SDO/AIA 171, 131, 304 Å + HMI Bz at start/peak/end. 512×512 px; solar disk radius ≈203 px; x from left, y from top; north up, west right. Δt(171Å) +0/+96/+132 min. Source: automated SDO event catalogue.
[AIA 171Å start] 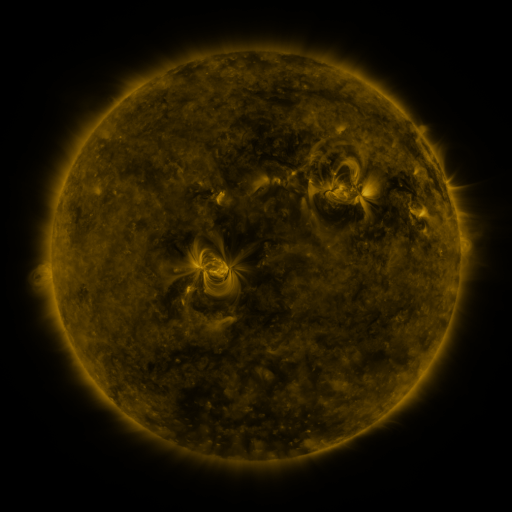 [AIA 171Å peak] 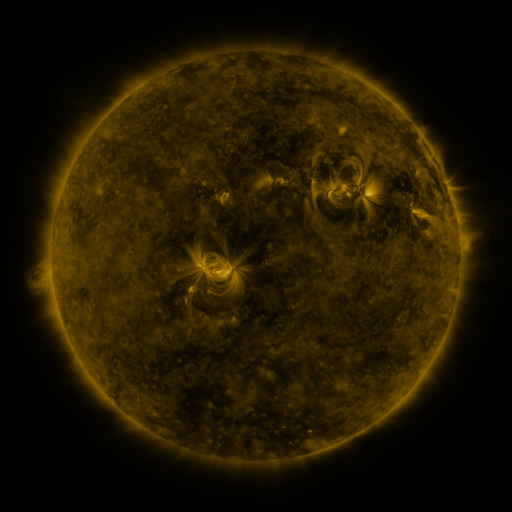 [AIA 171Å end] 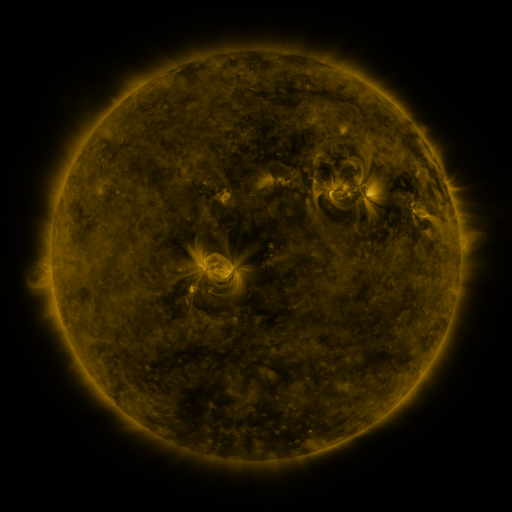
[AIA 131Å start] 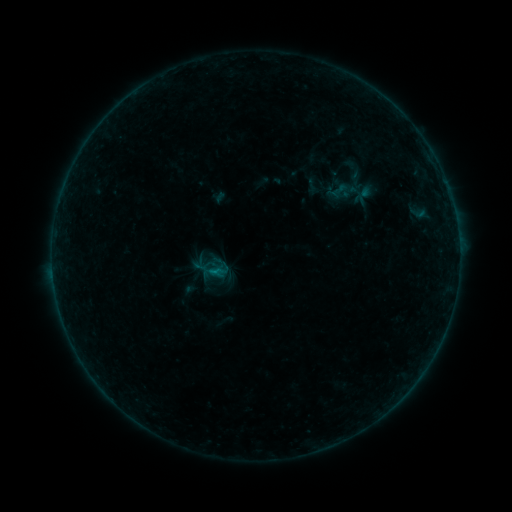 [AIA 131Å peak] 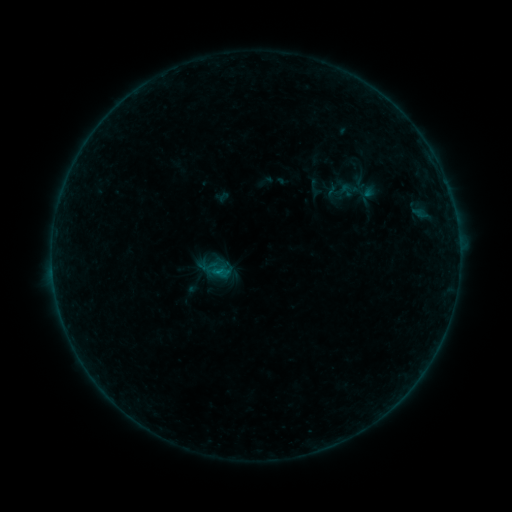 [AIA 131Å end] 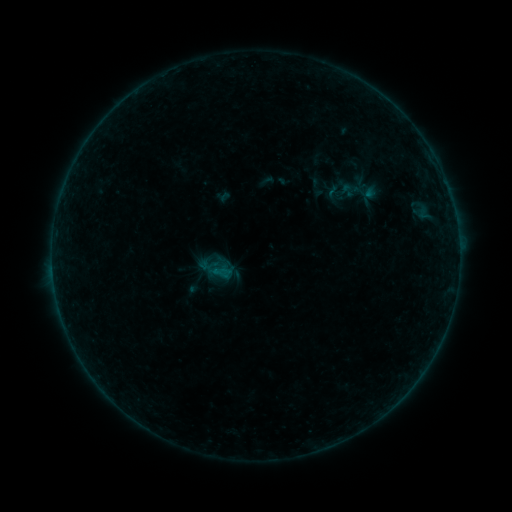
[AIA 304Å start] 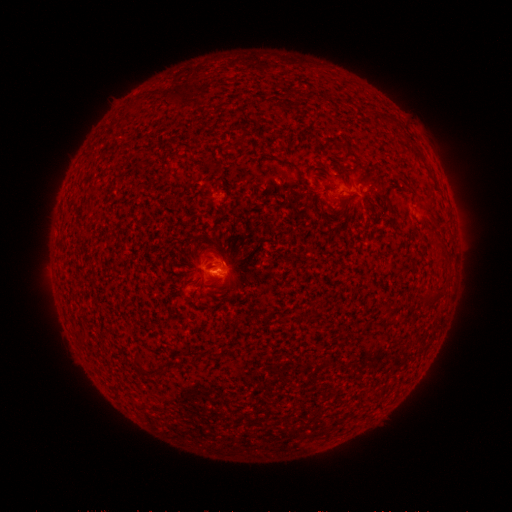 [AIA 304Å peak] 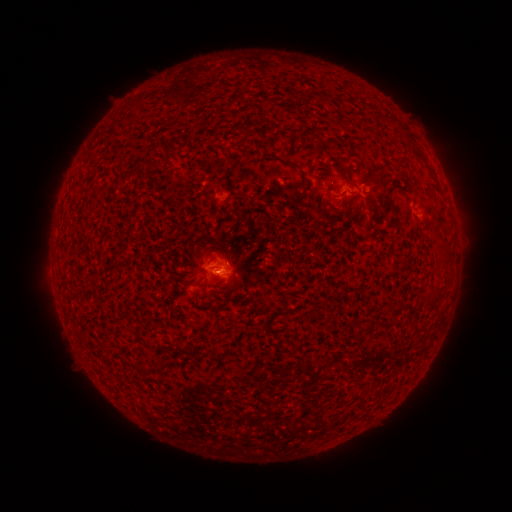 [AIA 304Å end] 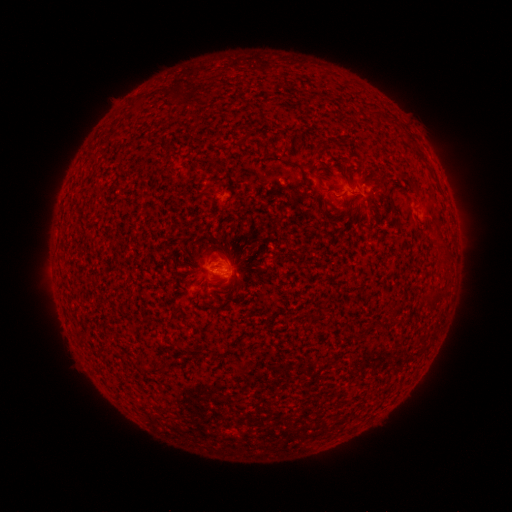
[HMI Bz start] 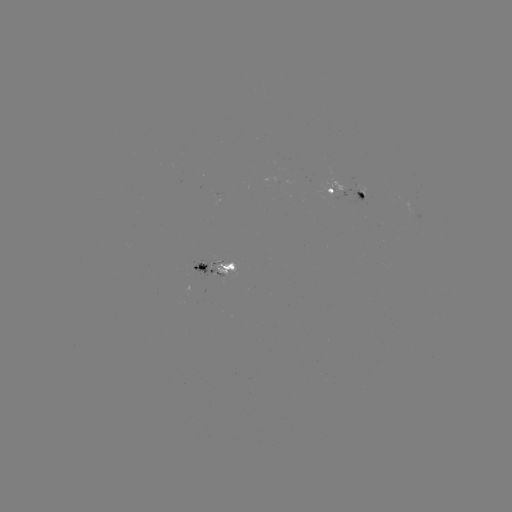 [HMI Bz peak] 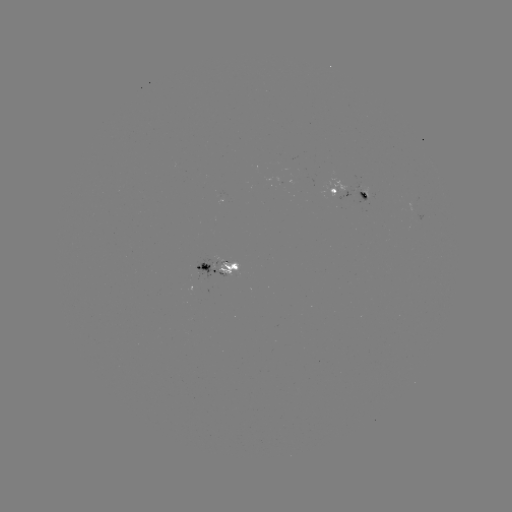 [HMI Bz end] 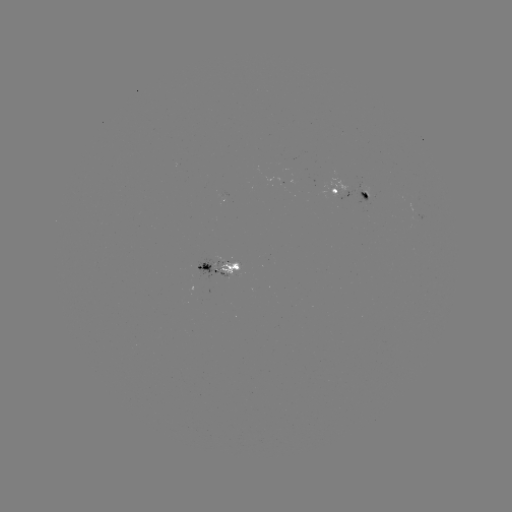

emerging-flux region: <bbox>212, 255, 240, 279</bbox>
